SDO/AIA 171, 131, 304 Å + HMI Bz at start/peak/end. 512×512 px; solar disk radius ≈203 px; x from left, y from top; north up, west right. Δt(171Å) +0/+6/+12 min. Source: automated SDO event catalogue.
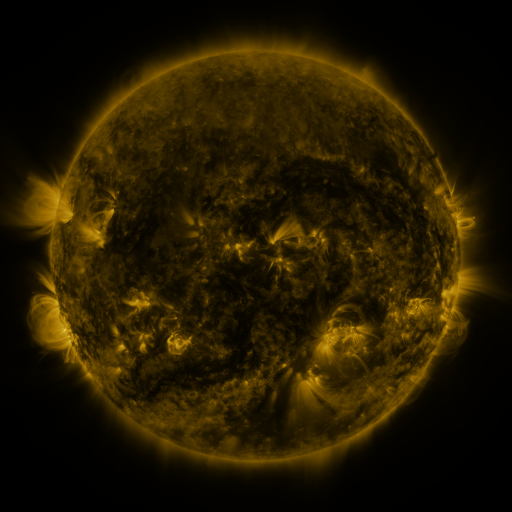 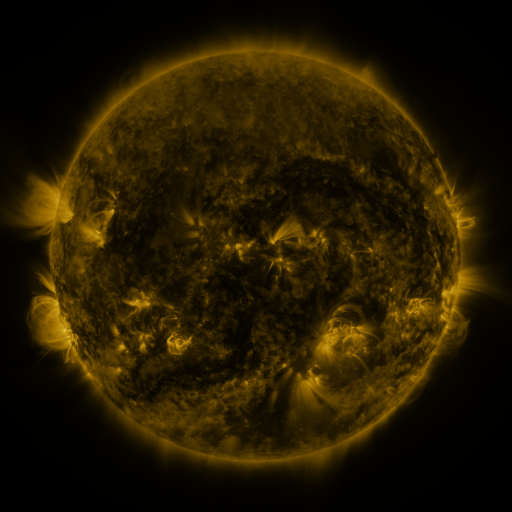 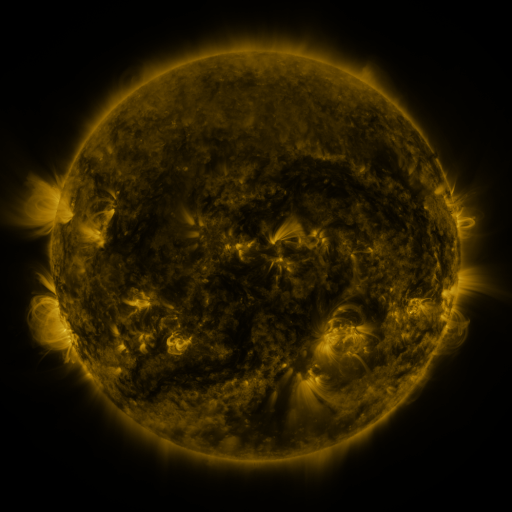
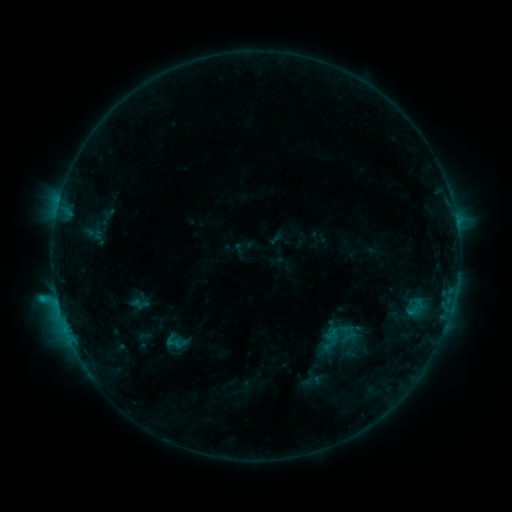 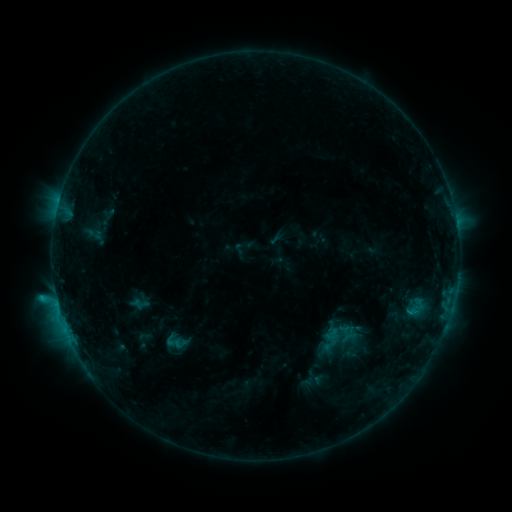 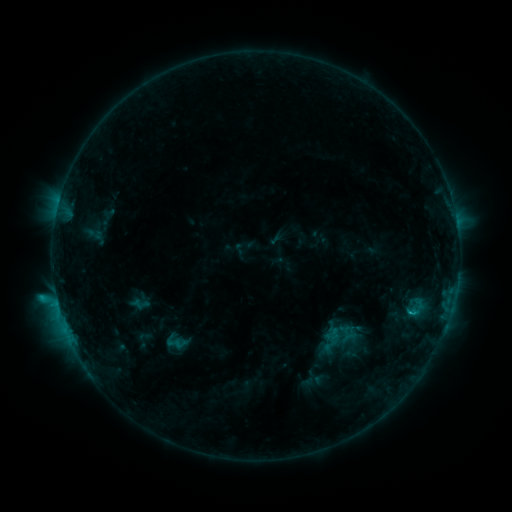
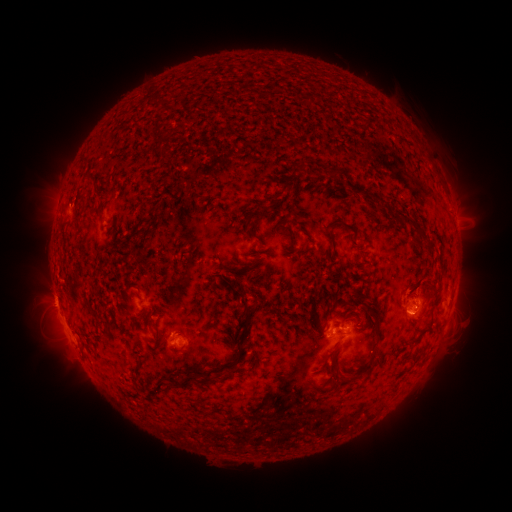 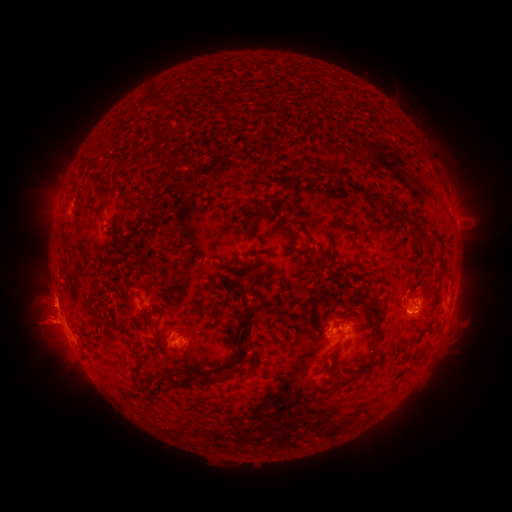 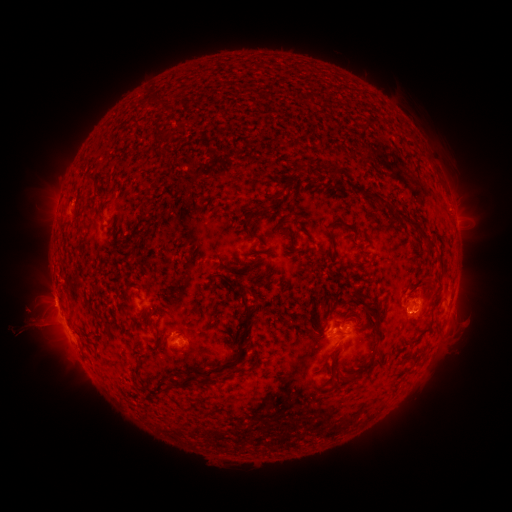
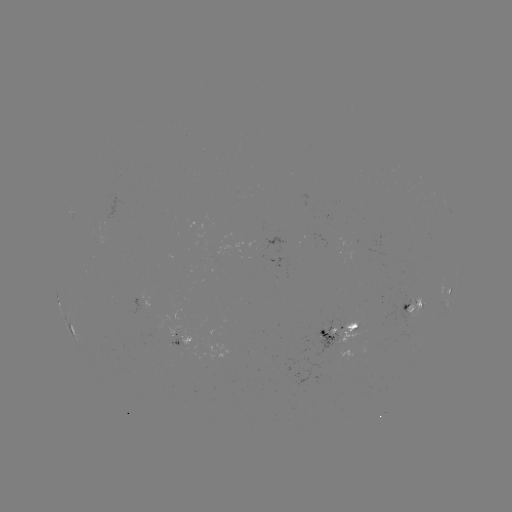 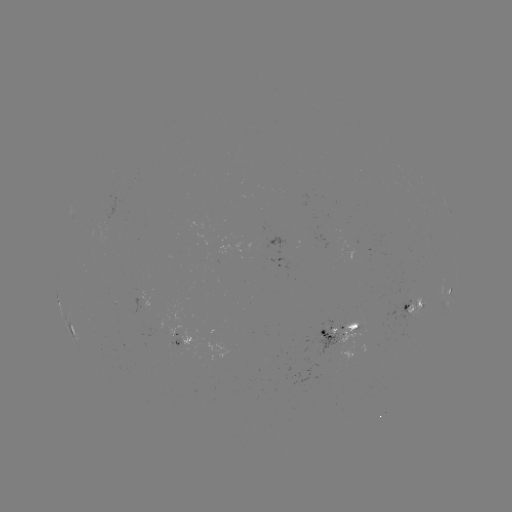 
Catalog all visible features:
eruption: (45, 325)
